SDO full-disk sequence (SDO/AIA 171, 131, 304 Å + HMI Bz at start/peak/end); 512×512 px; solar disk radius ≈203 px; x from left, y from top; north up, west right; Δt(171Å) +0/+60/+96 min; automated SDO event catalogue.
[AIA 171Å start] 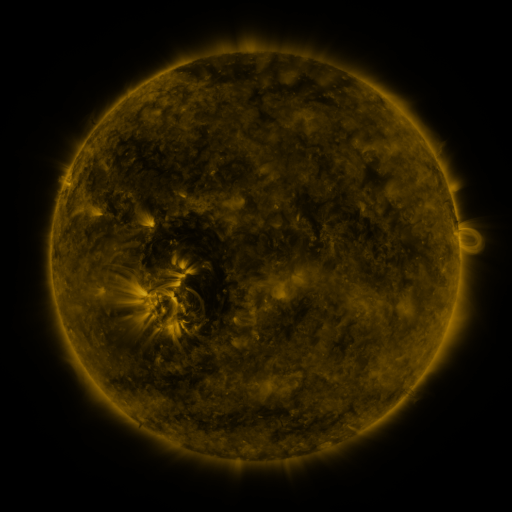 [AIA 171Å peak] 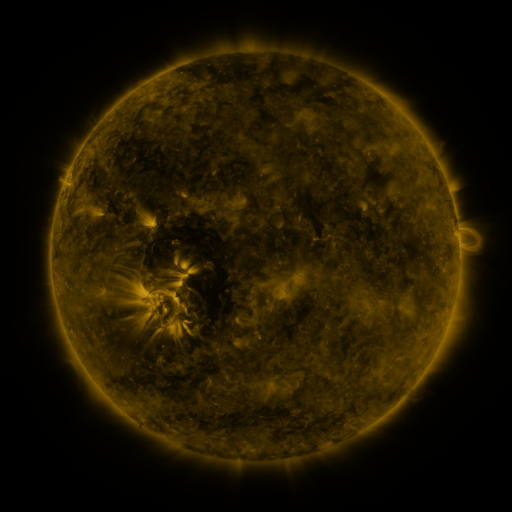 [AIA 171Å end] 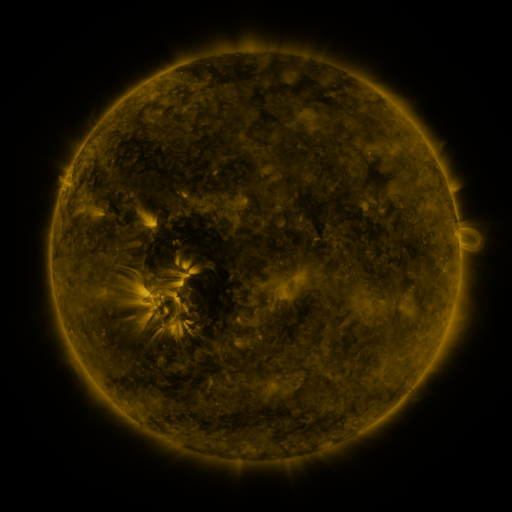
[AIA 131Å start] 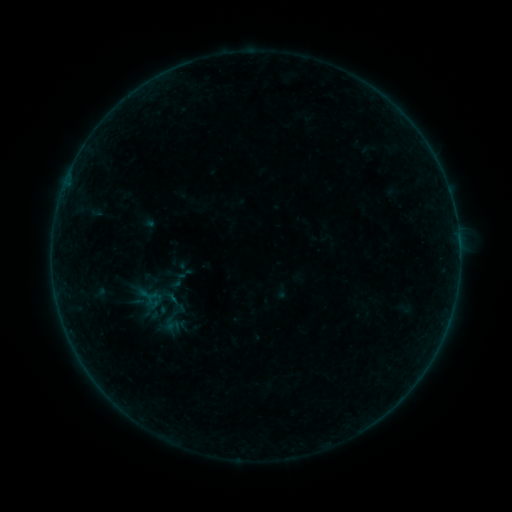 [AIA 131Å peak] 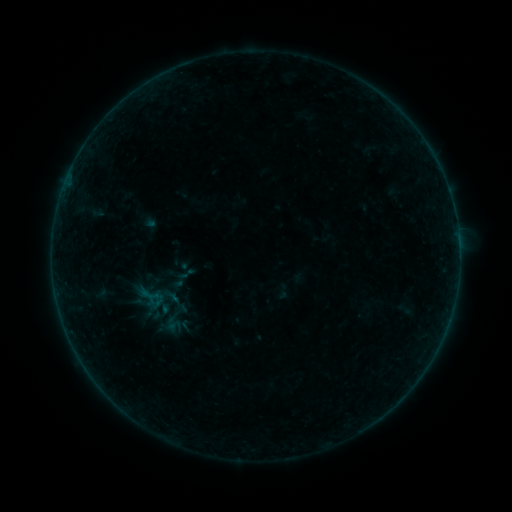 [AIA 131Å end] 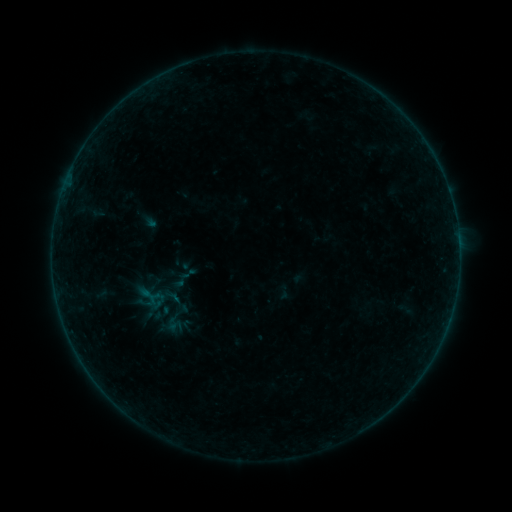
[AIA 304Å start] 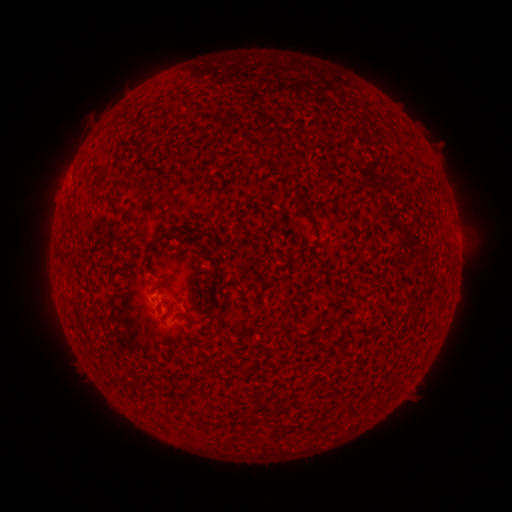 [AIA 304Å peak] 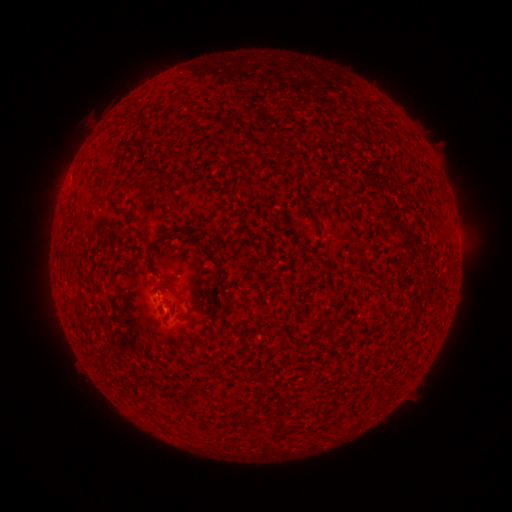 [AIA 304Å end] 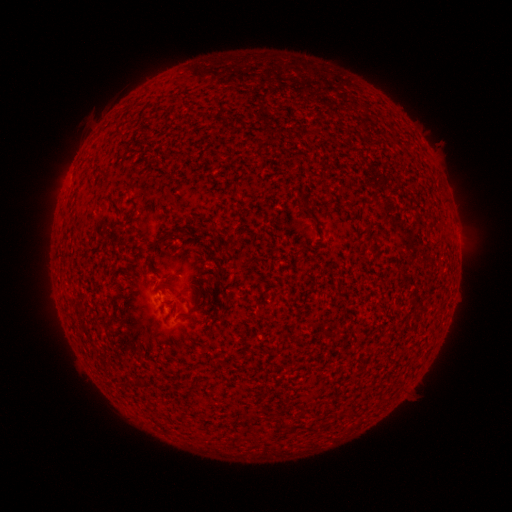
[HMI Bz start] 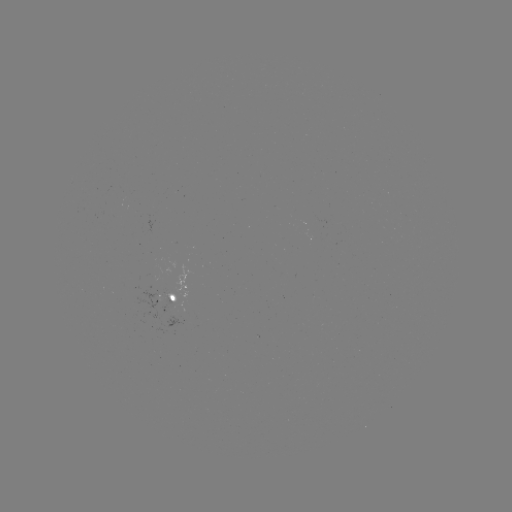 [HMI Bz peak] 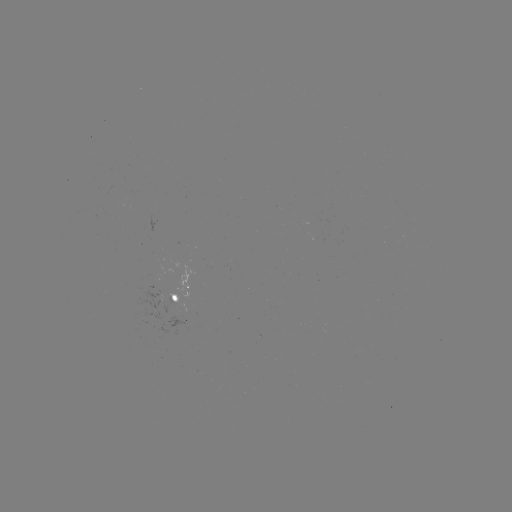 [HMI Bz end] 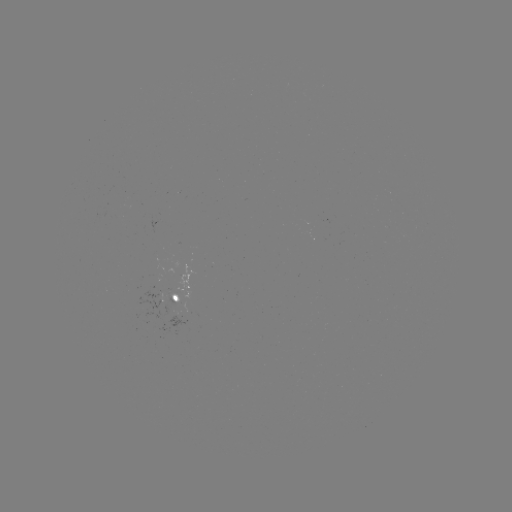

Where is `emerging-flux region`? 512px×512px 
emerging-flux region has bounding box [175, 263, 194, 299].